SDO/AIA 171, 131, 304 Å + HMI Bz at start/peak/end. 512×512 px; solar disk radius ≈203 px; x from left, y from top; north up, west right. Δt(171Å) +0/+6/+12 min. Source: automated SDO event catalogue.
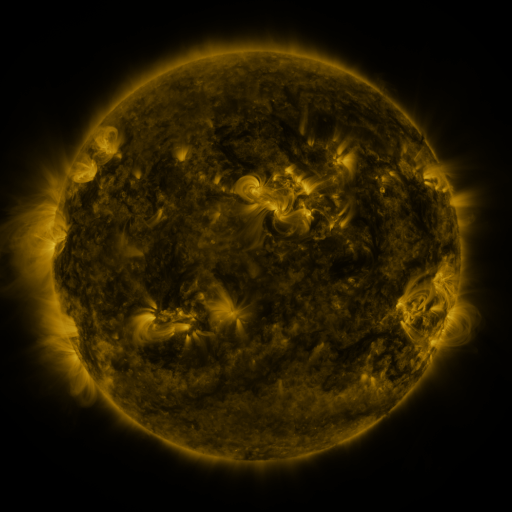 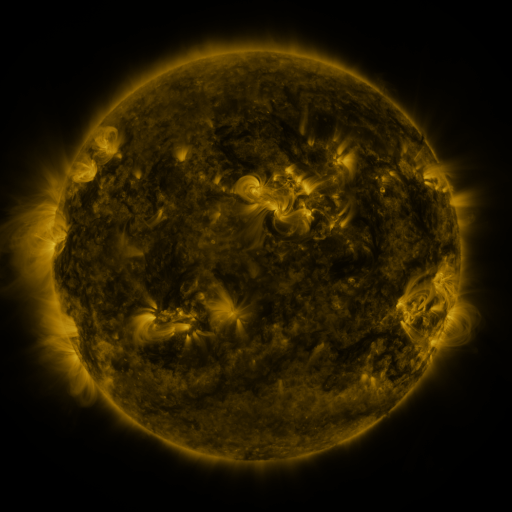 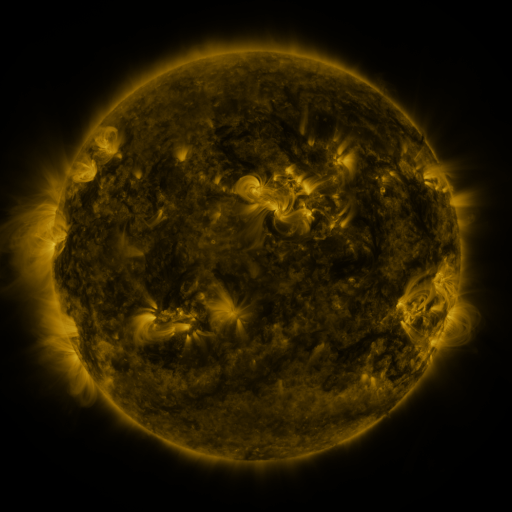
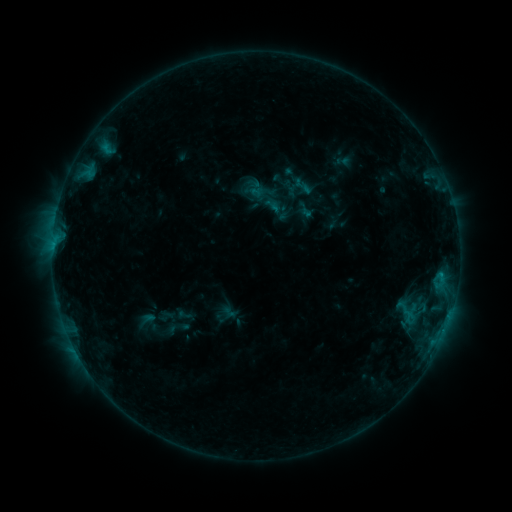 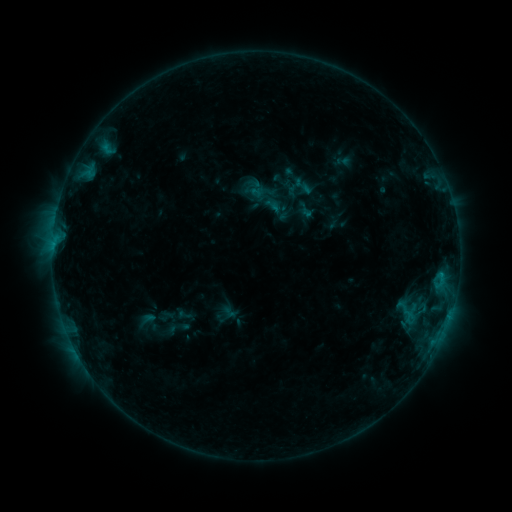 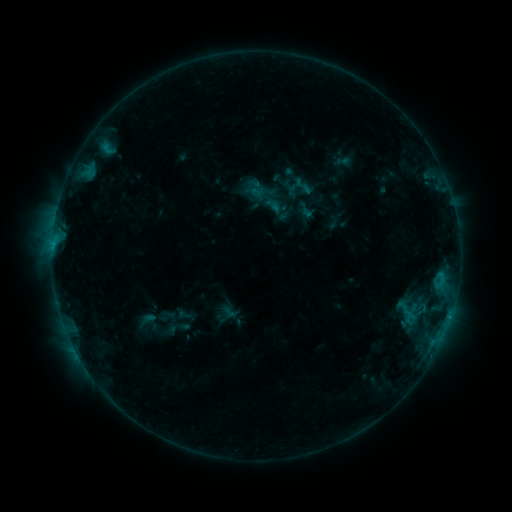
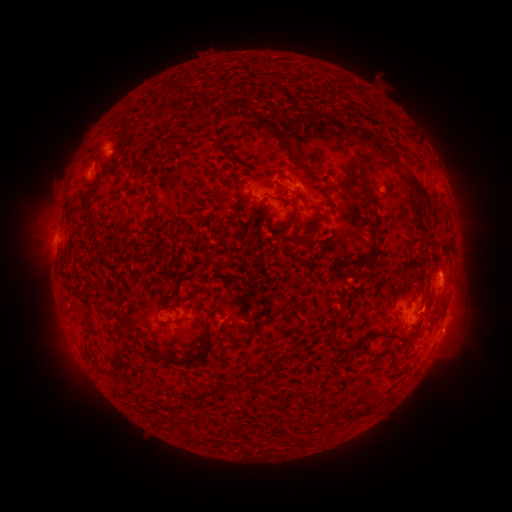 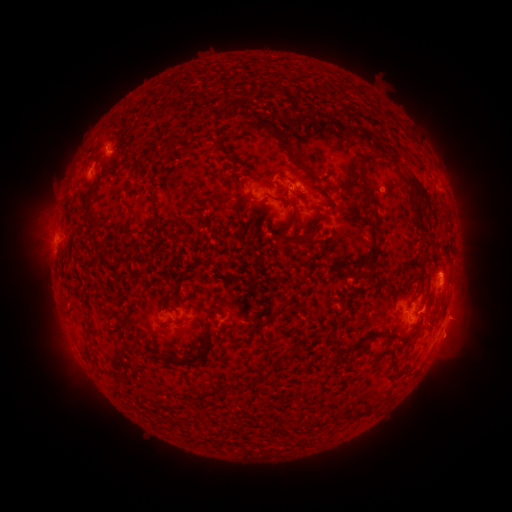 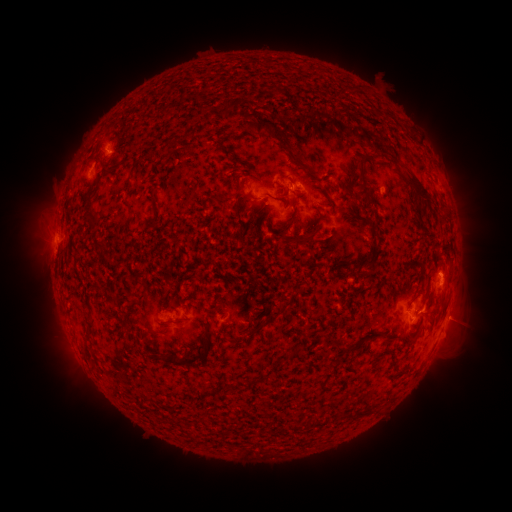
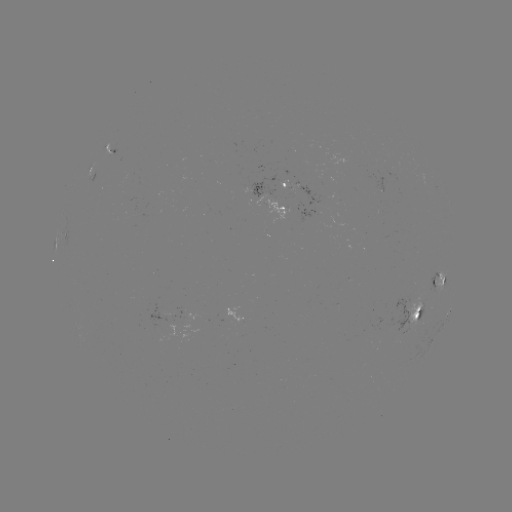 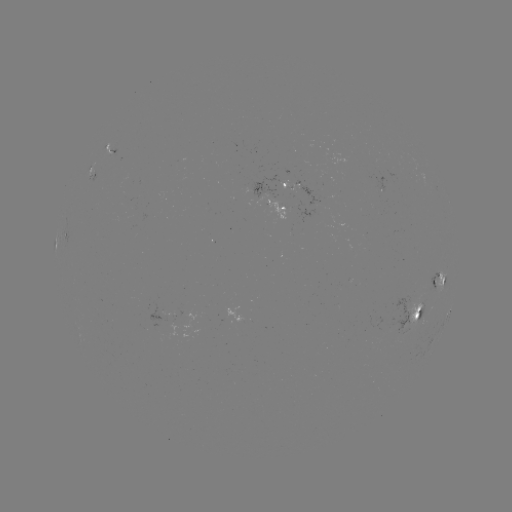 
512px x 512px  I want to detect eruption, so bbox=[433, 296, 489, 361].